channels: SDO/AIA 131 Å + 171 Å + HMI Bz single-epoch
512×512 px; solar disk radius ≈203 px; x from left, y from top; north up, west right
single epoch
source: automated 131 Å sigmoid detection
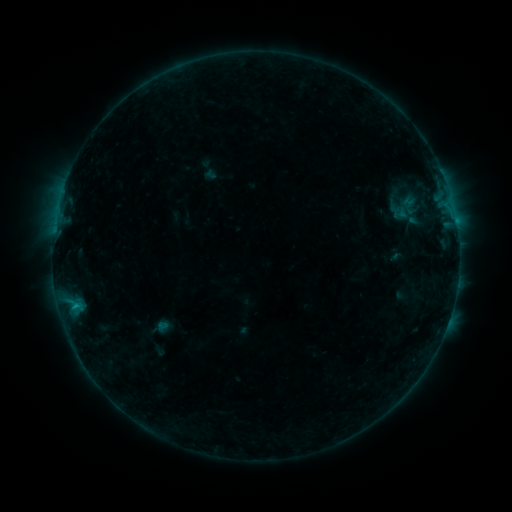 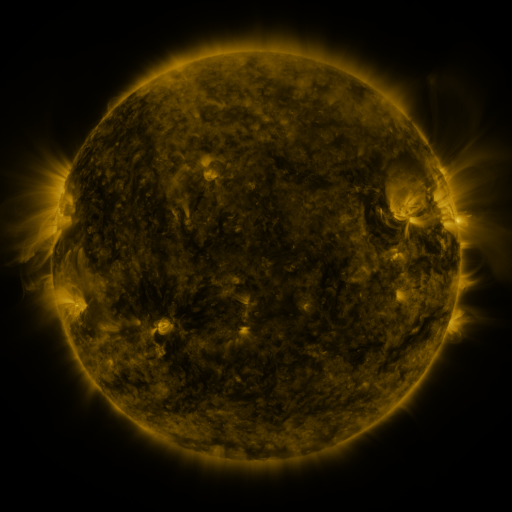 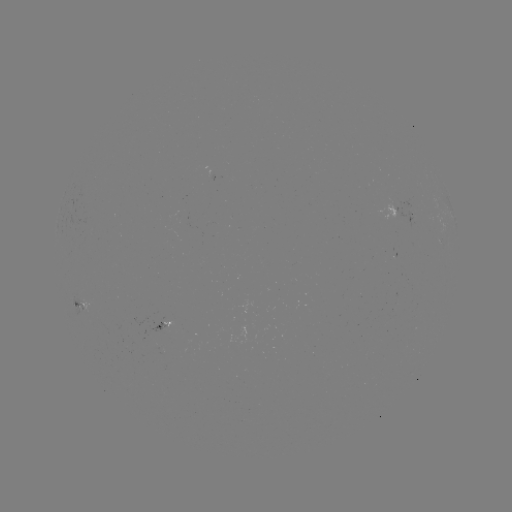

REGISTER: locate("sigmoid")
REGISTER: [405, 208]